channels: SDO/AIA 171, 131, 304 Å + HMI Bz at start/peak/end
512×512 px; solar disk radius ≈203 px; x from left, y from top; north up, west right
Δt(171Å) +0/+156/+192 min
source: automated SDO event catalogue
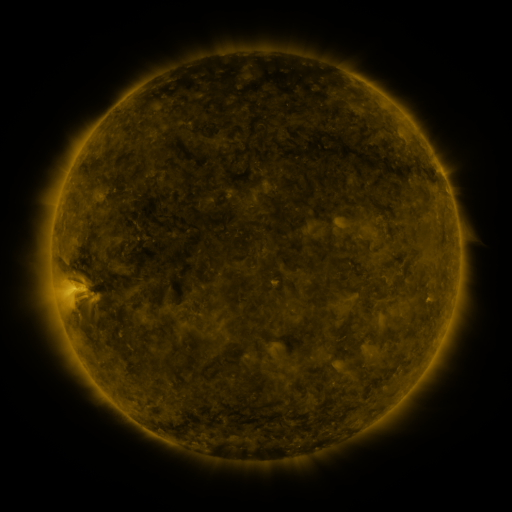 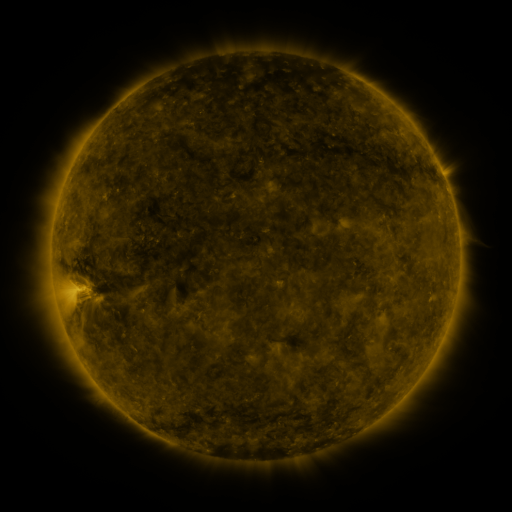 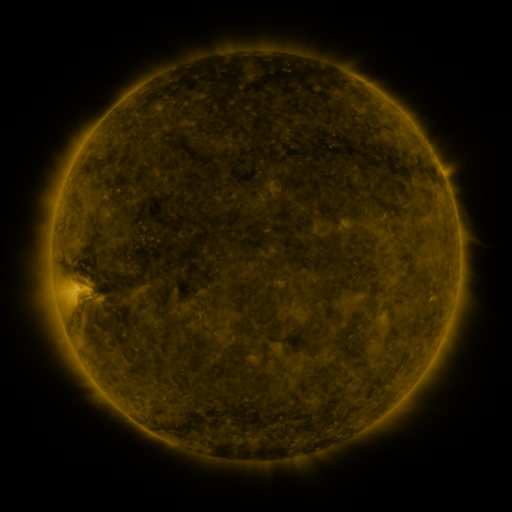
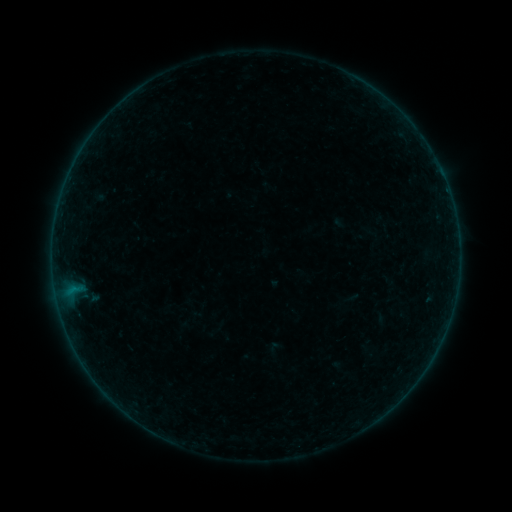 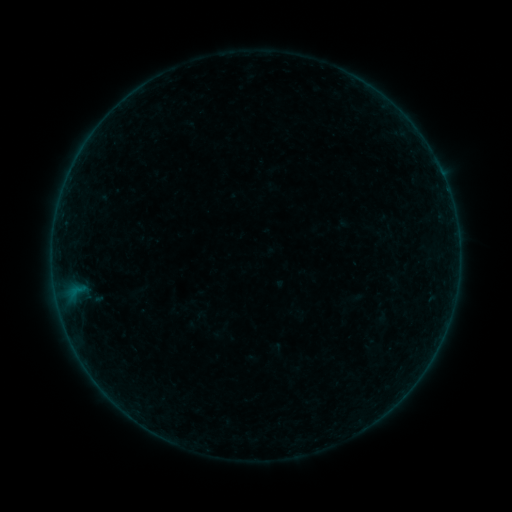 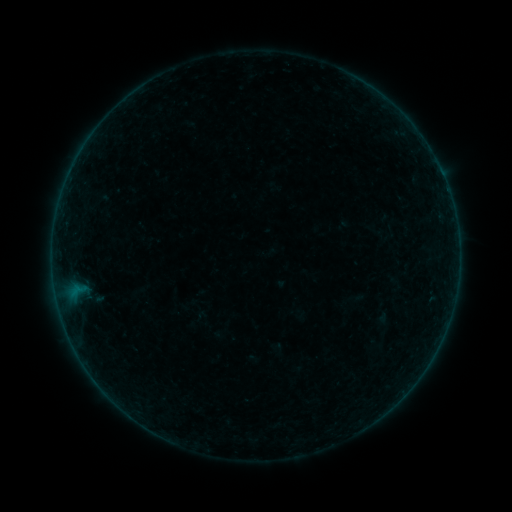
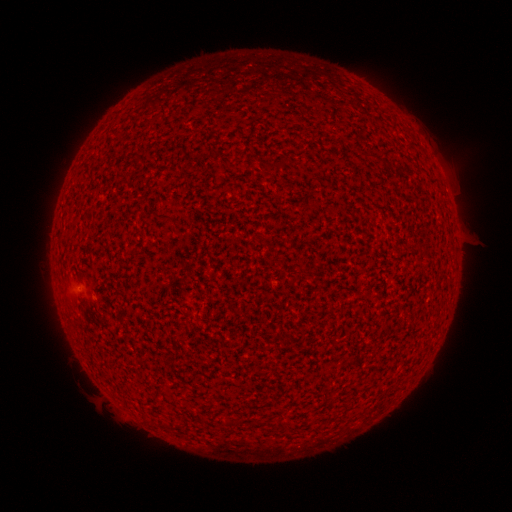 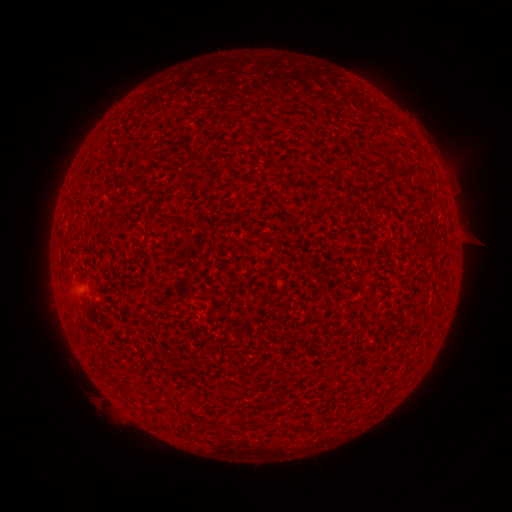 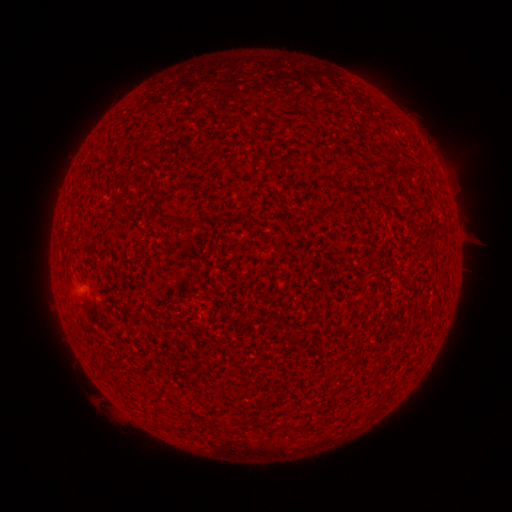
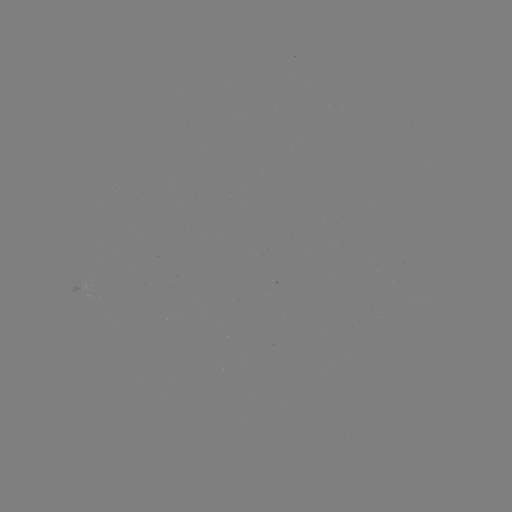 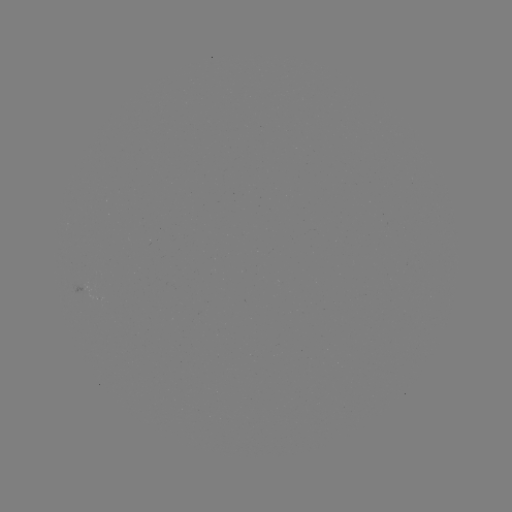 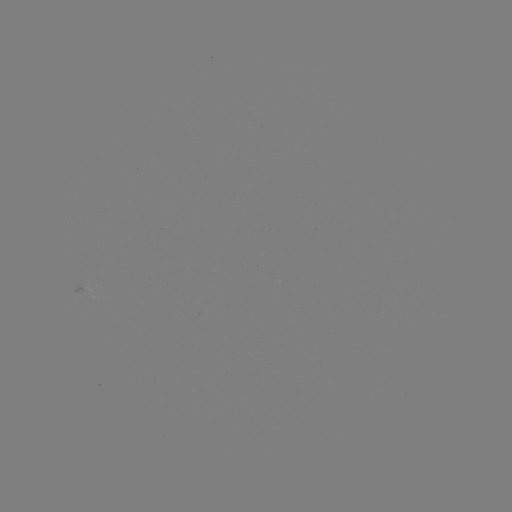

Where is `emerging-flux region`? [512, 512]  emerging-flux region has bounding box [190, 406, 200, 411].